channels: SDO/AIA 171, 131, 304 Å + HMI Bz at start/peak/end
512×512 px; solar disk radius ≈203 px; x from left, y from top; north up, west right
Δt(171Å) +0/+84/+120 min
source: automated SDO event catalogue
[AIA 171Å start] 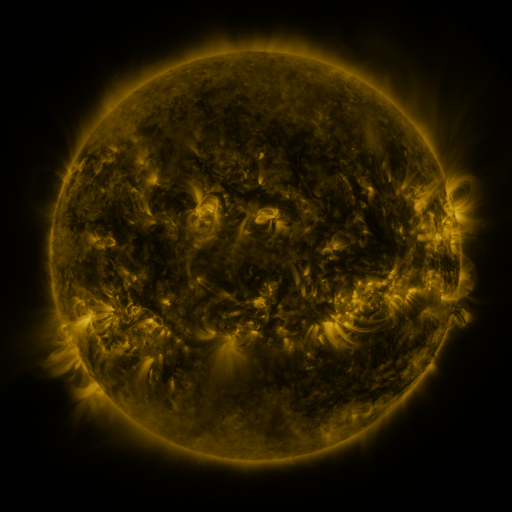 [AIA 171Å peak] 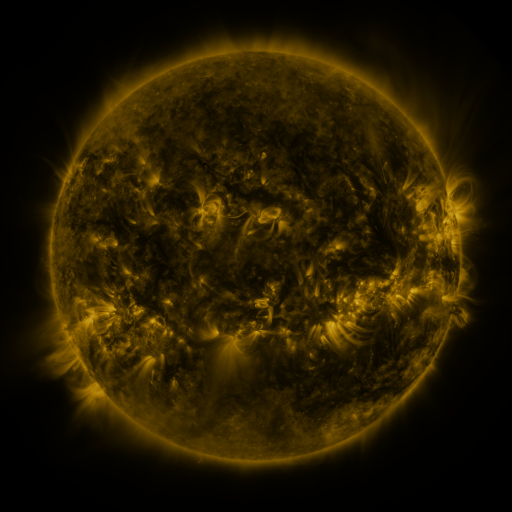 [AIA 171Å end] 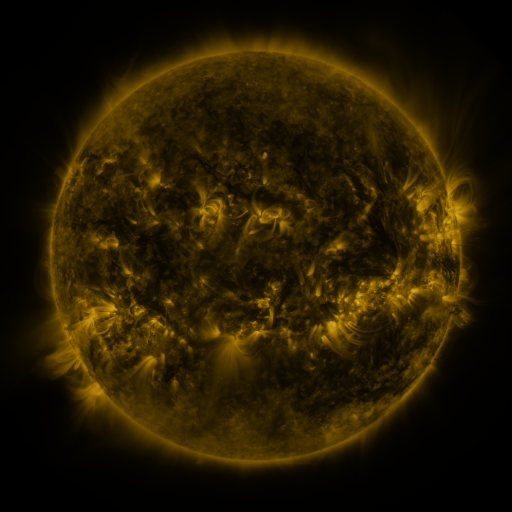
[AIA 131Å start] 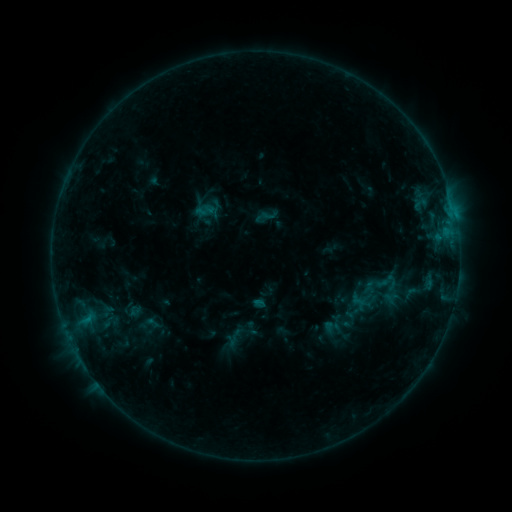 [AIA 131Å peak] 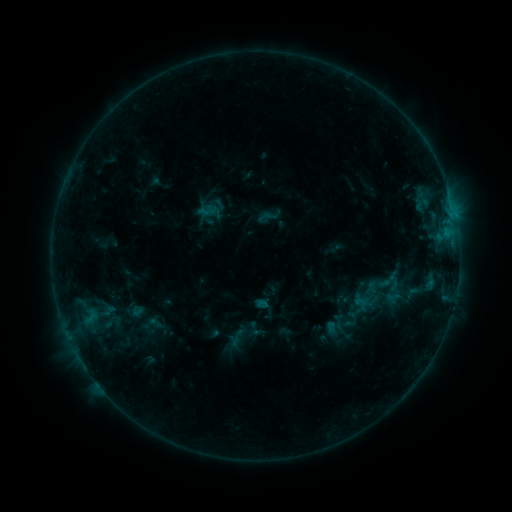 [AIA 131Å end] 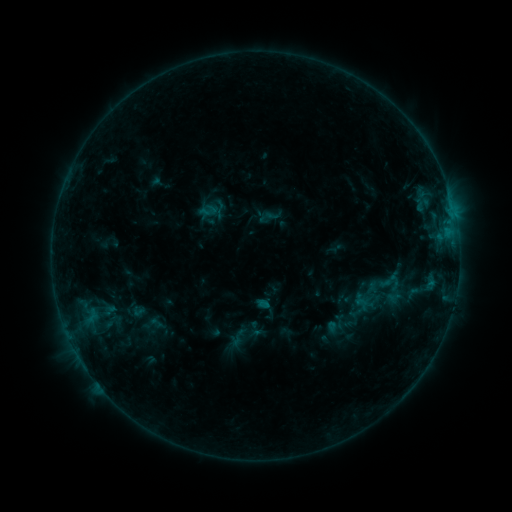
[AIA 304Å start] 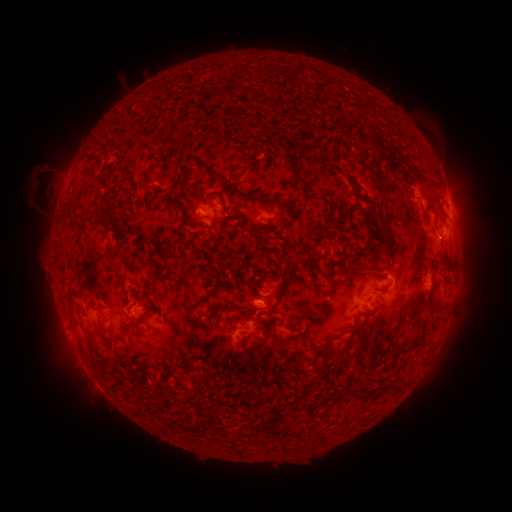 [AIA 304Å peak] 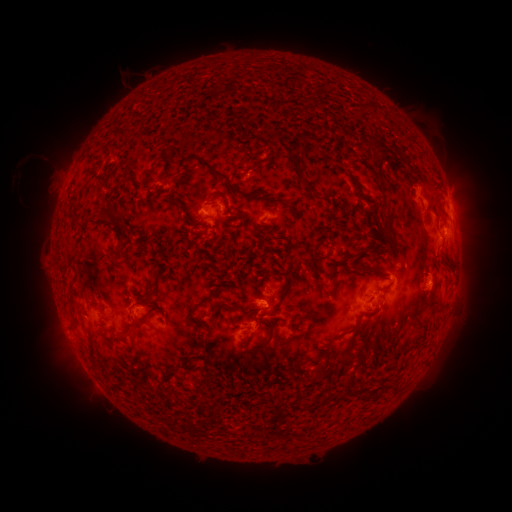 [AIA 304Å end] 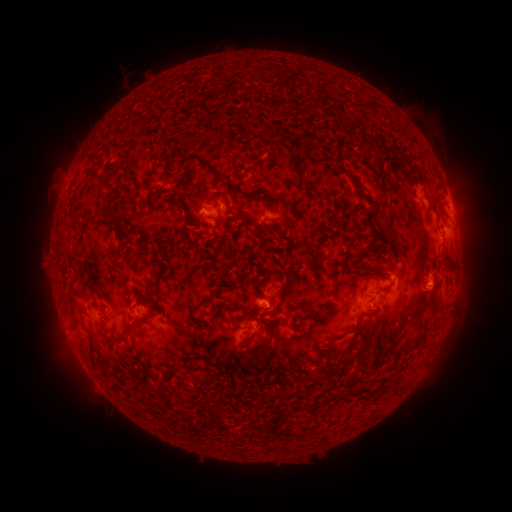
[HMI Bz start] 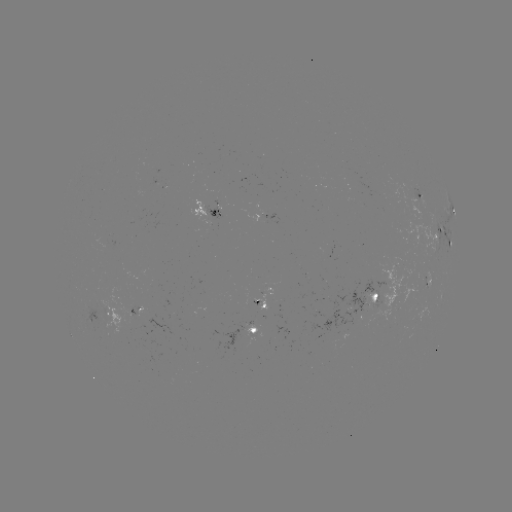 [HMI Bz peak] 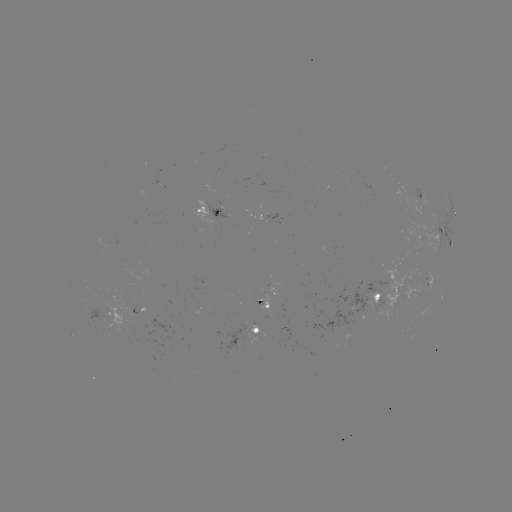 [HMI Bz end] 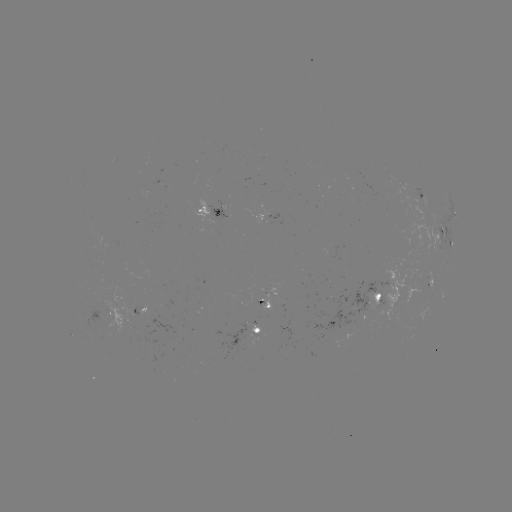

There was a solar emerging-flux region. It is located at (362, 311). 